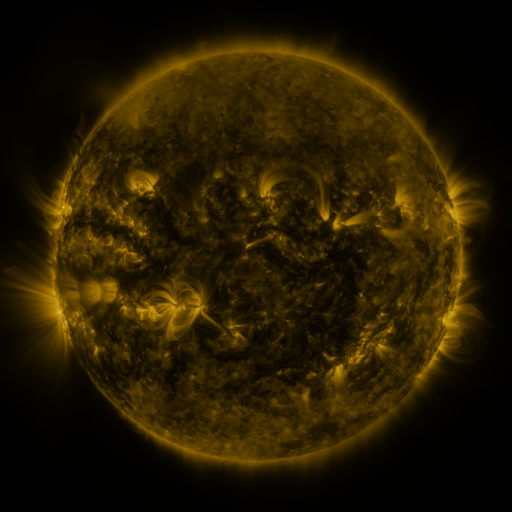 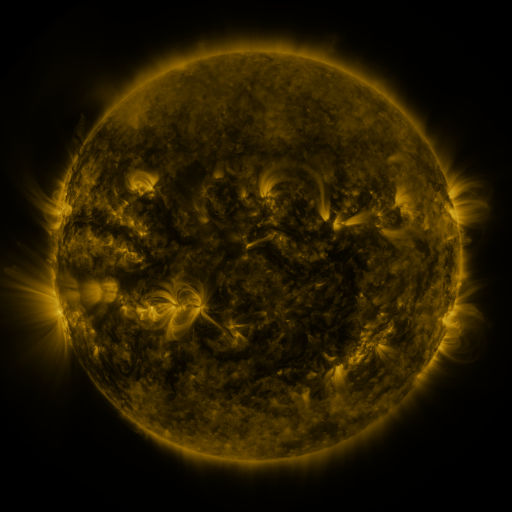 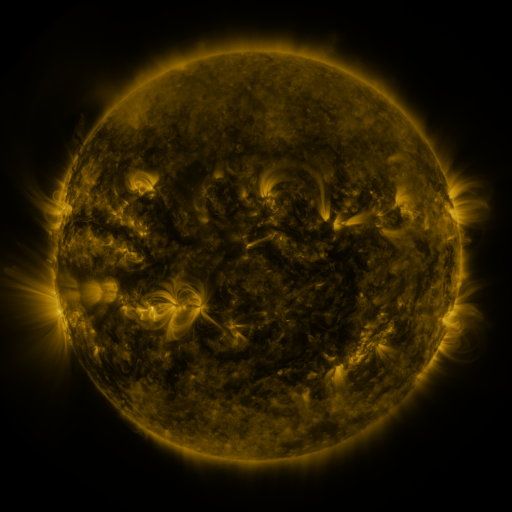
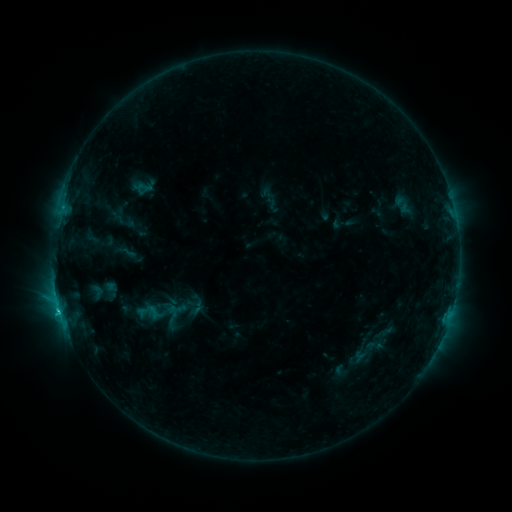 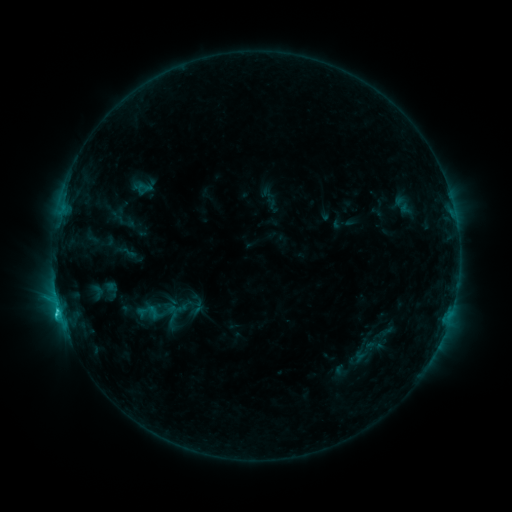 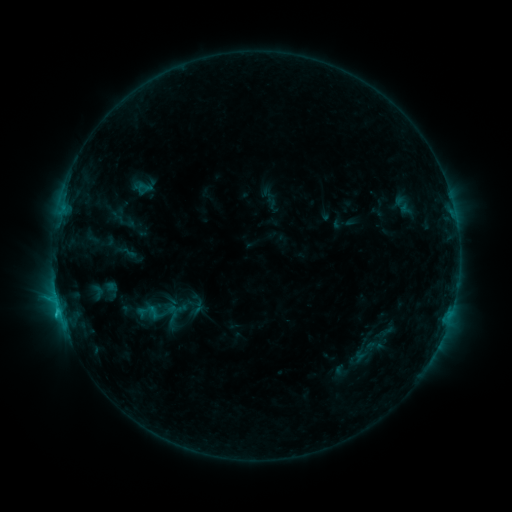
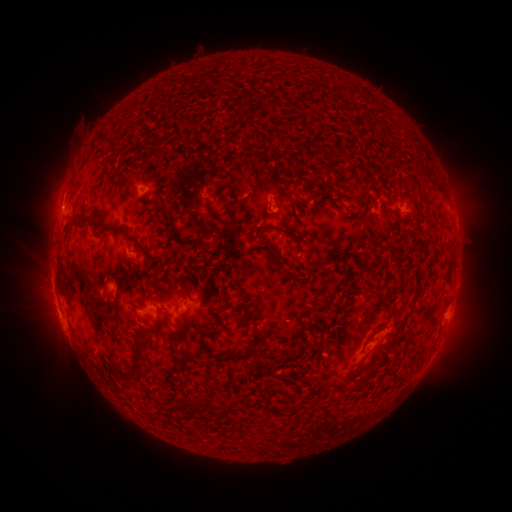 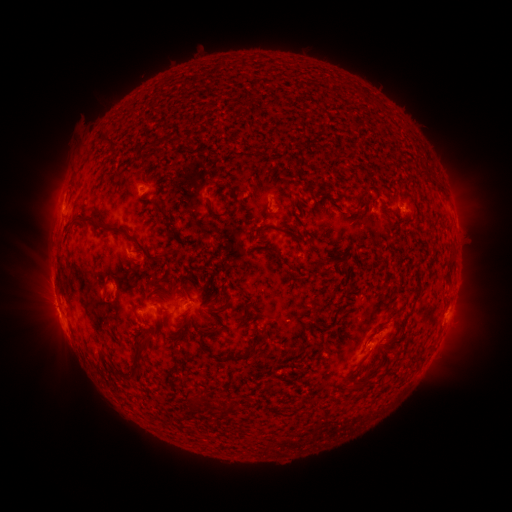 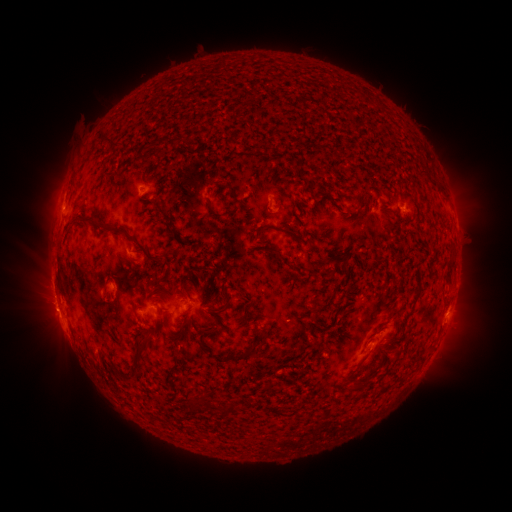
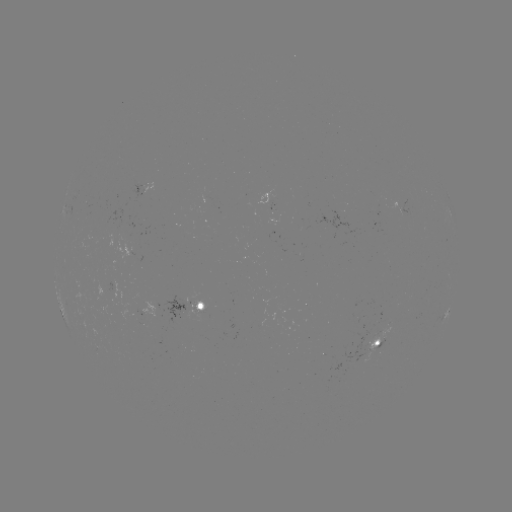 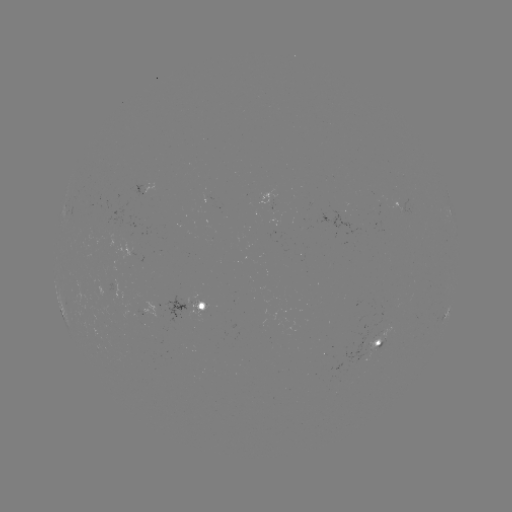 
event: flare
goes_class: C2.0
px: (59, 309)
